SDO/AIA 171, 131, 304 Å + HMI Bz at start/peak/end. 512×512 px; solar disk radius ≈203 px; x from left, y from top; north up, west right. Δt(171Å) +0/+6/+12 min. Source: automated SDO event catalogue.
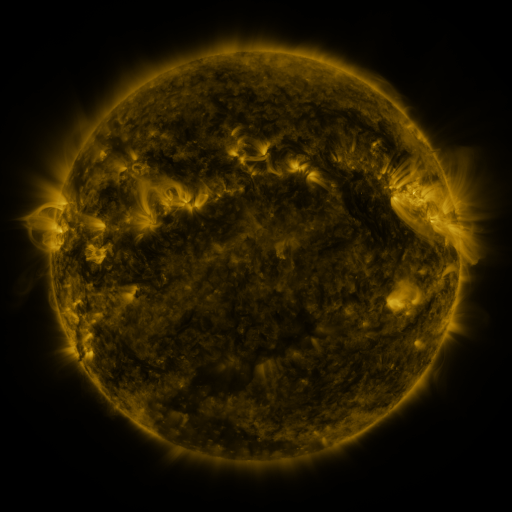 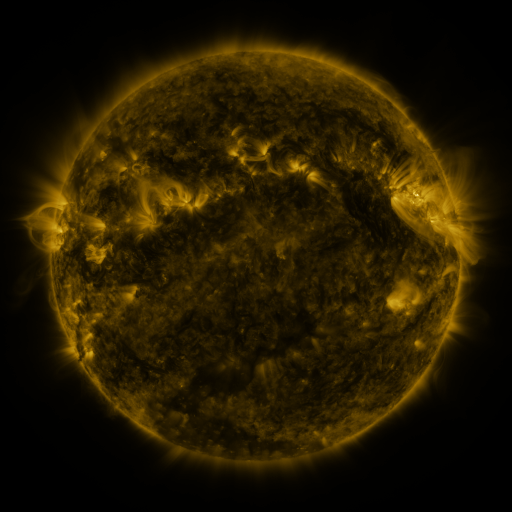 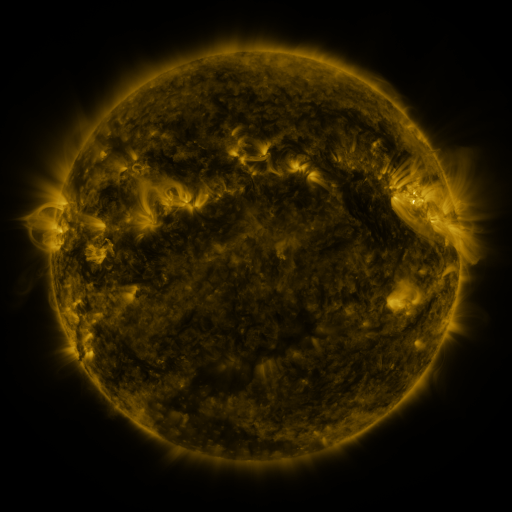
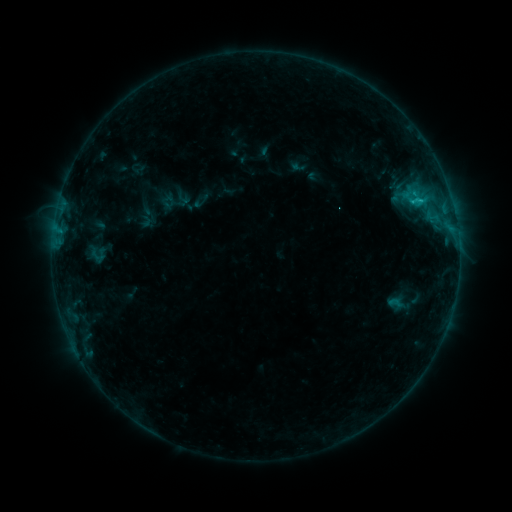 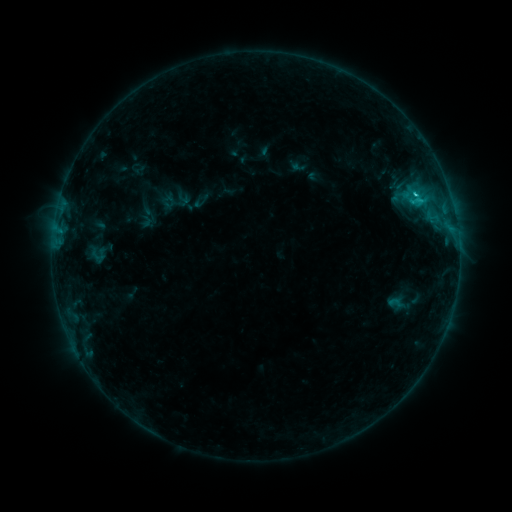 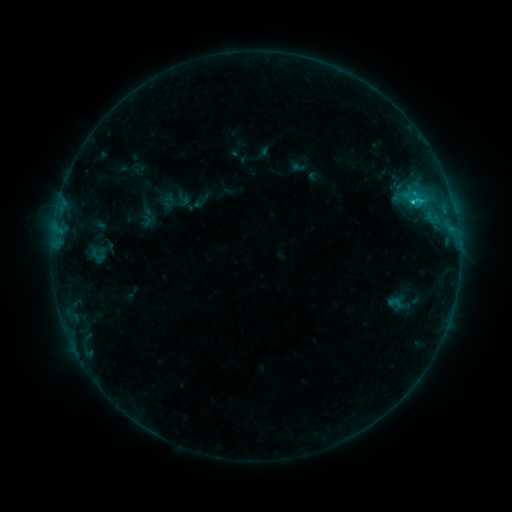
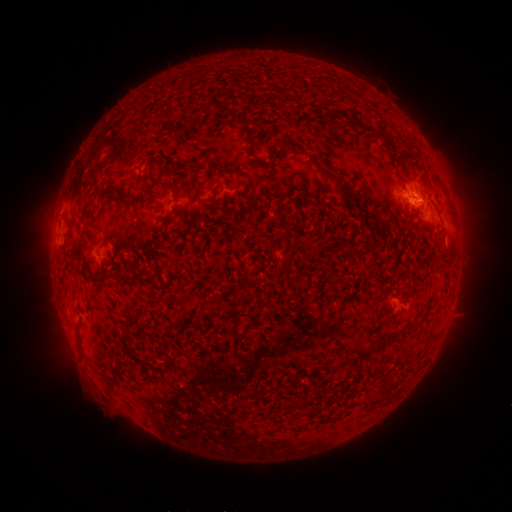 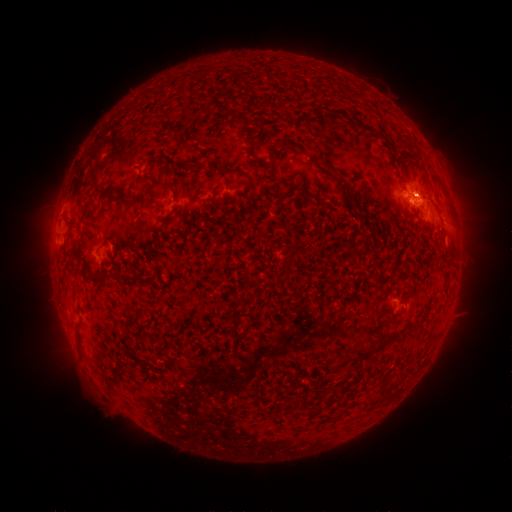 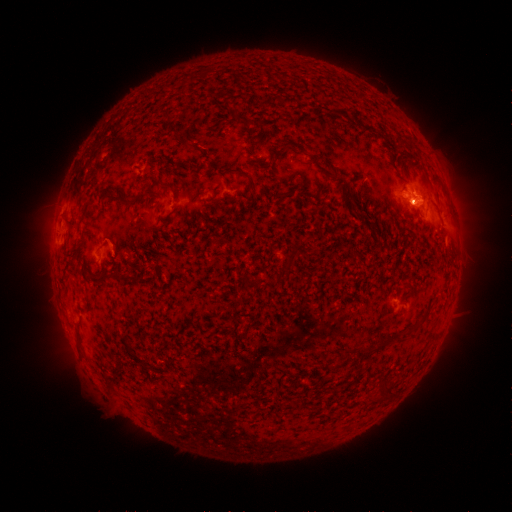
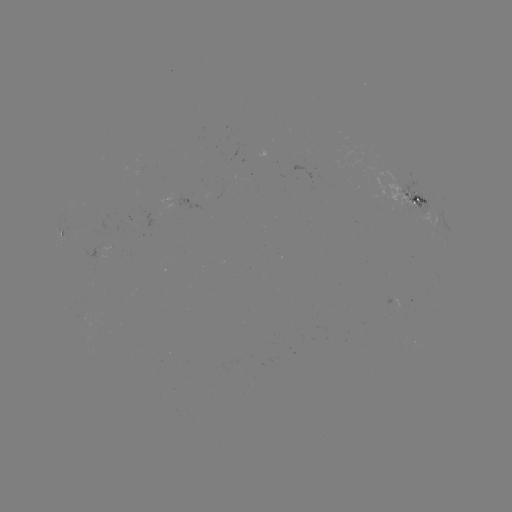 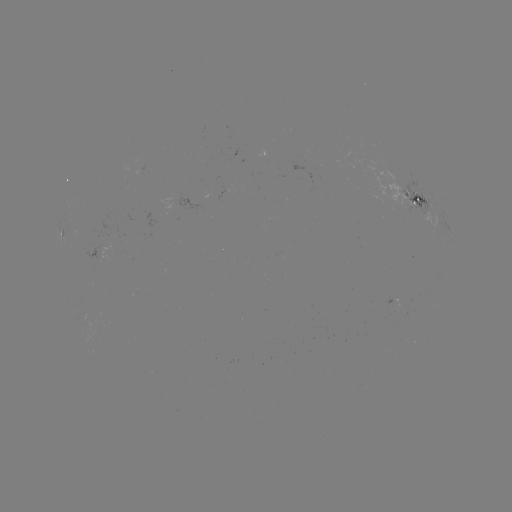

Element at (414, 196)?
B9.1 flare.